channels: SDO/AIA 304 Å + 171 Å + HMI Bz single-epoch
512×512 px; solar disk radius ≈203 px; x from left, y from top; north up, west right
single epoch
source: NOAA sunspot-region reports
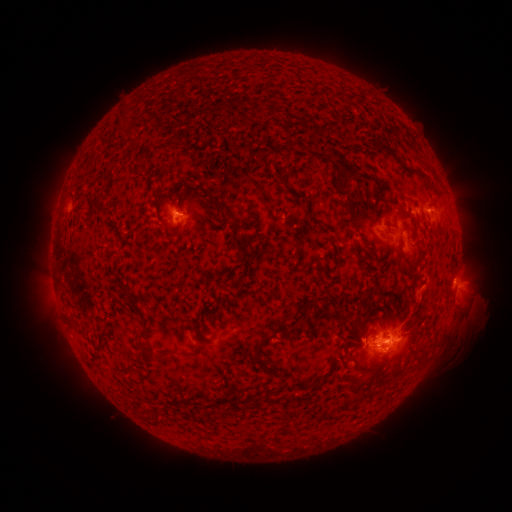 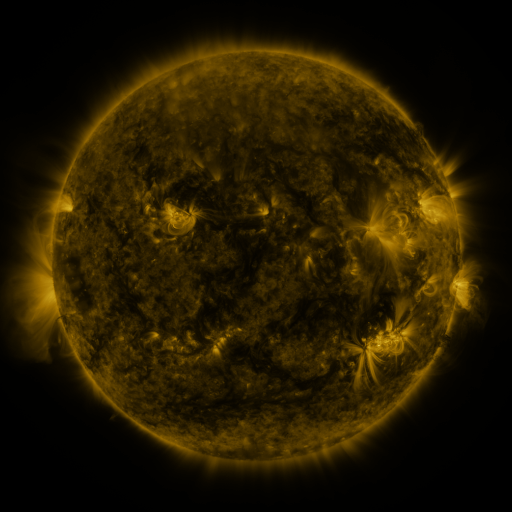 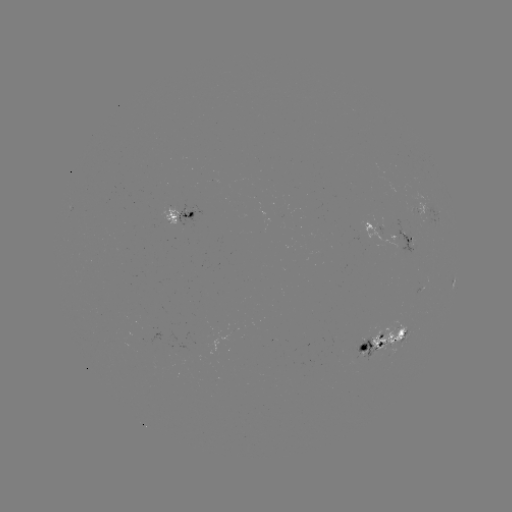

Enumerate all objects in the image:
spotted active region: (180, 214)
spotted active region: (394, 234)
spotted active region: (452, 275)
spotted active region: (457, 284)
spotted active region: (385, 335)
